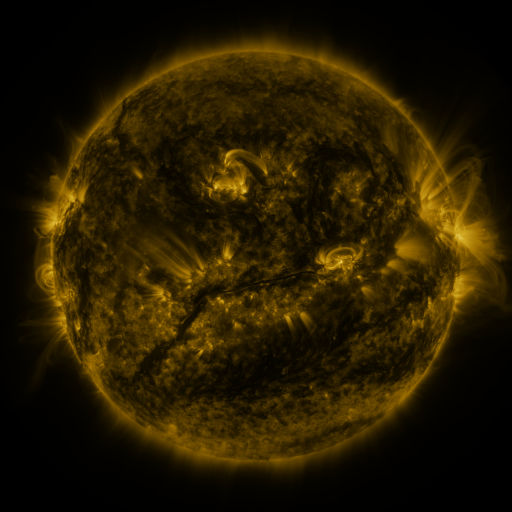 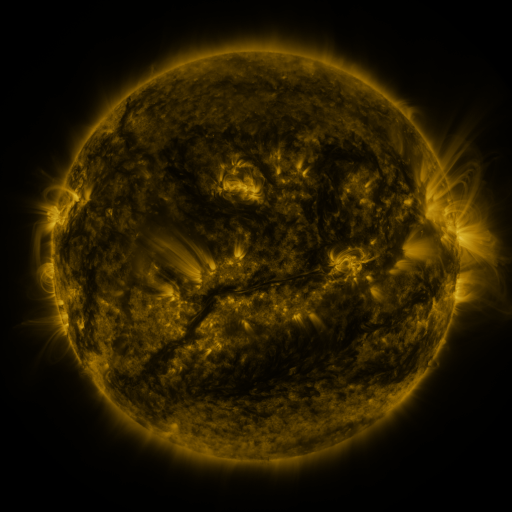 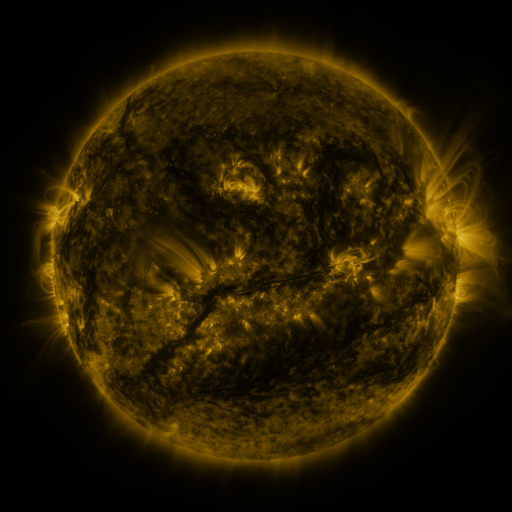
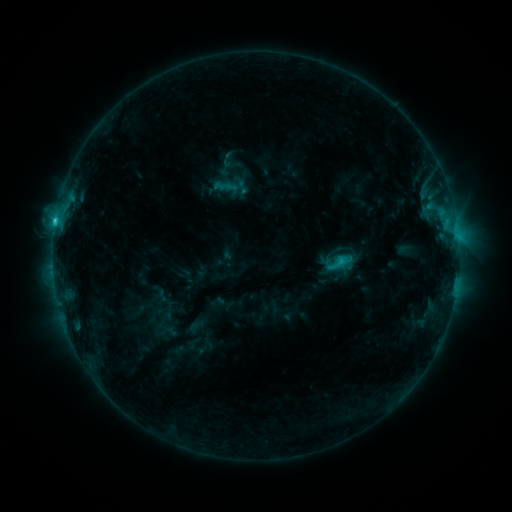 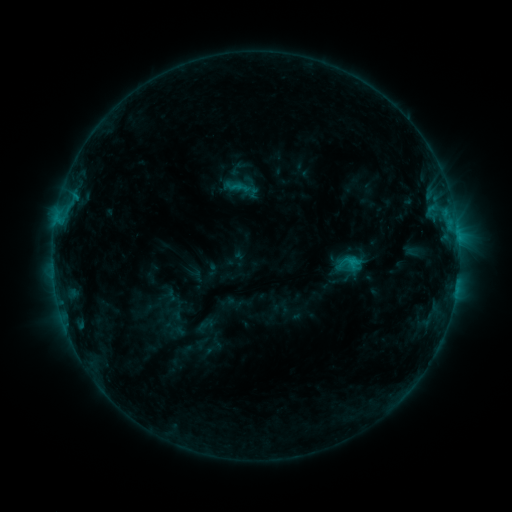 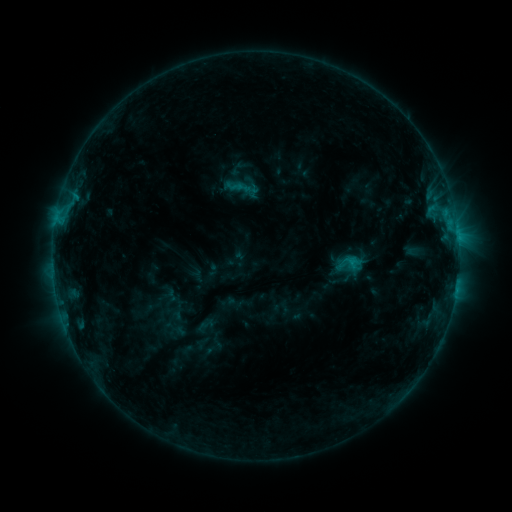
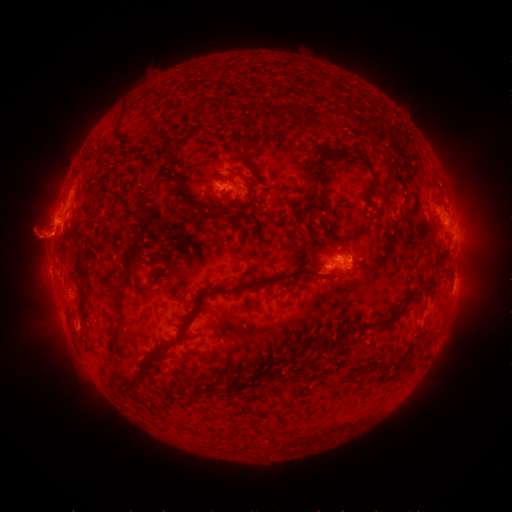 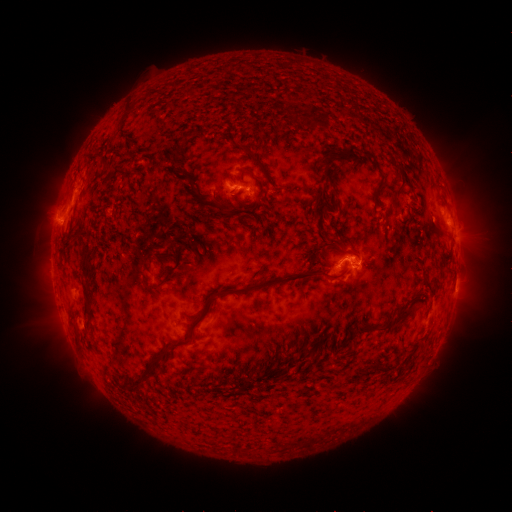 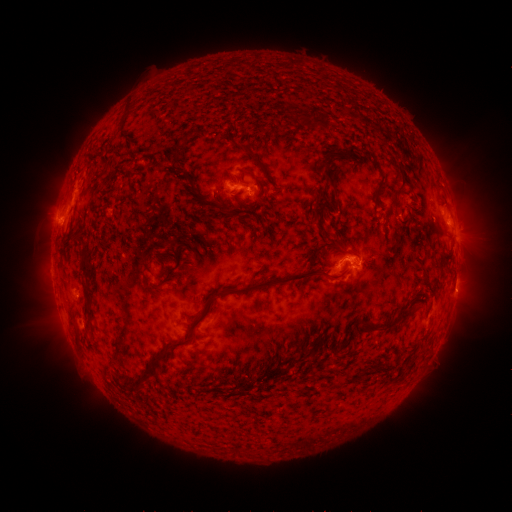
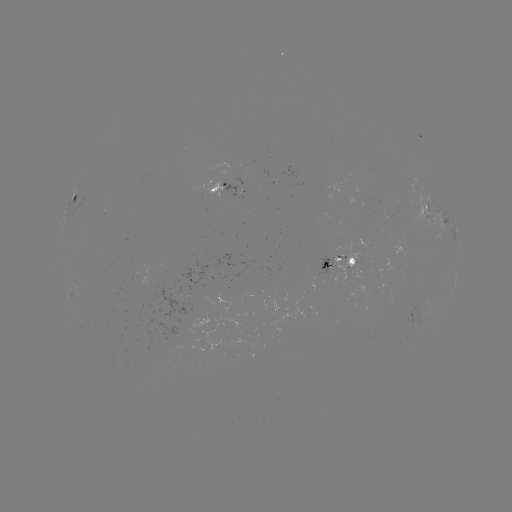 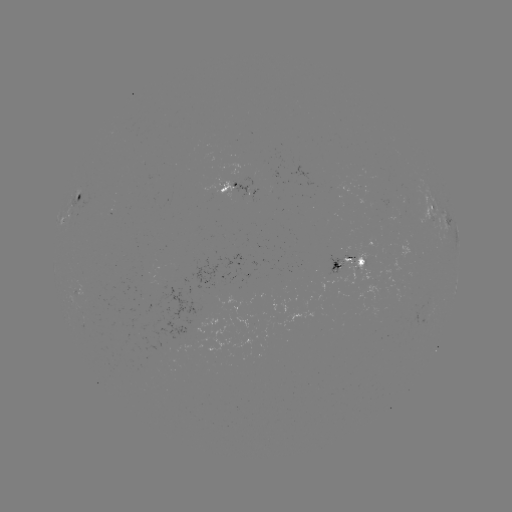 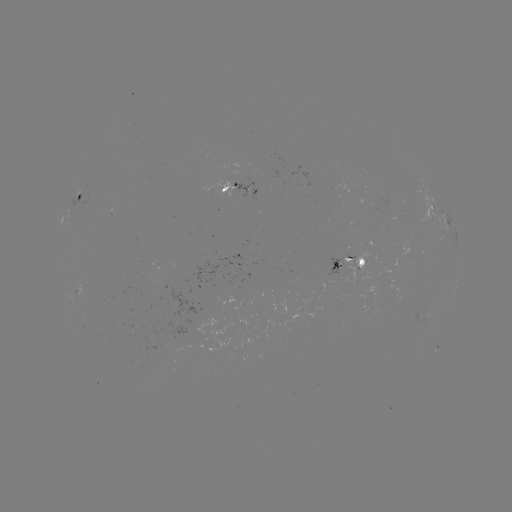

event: emerging-flux region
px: (251, 192)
